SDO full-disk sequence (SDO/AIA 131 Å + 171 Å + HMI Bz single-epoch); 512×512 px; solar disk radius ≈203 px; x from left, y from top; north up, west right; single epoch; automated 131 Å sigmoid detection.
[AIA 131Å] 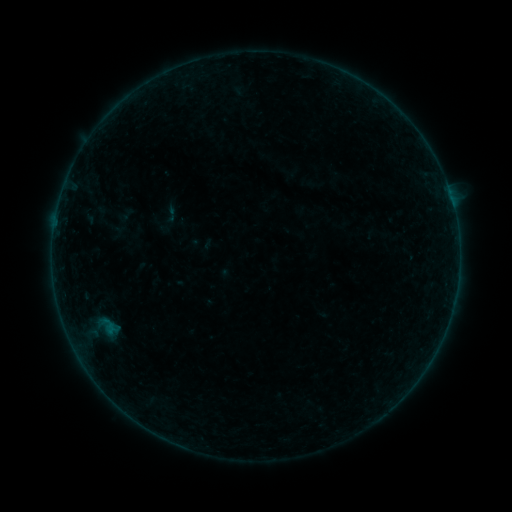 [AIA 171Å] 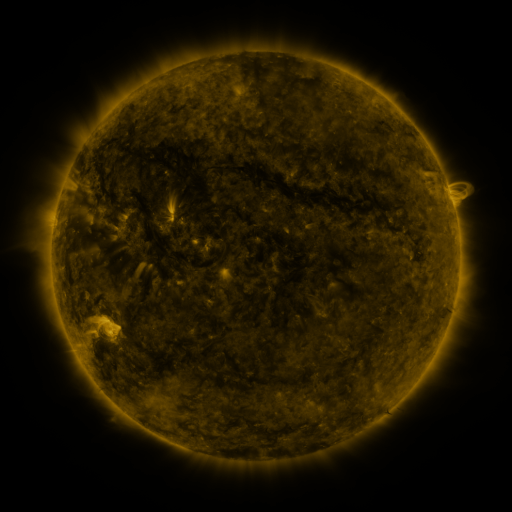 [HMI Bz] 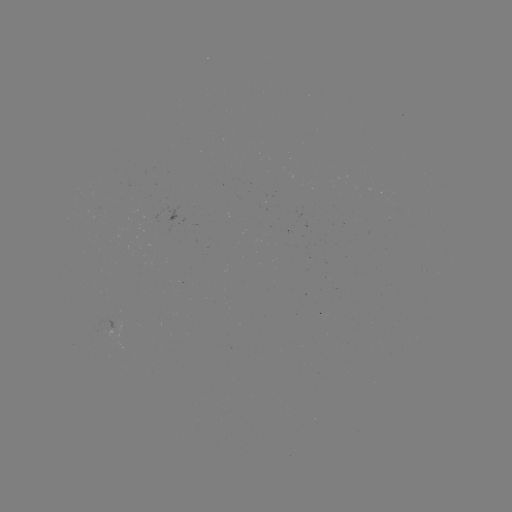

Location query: sigmoid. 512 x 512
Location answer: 171,215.